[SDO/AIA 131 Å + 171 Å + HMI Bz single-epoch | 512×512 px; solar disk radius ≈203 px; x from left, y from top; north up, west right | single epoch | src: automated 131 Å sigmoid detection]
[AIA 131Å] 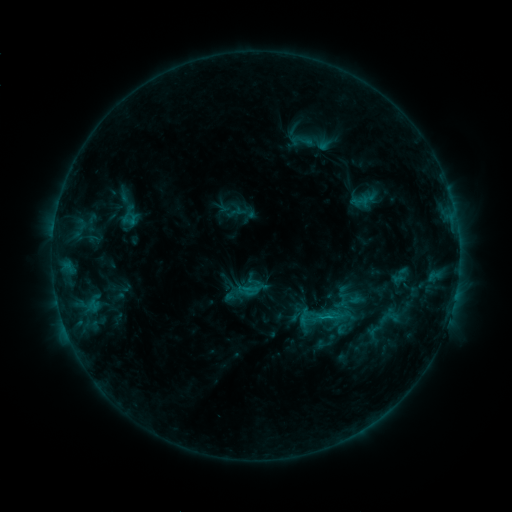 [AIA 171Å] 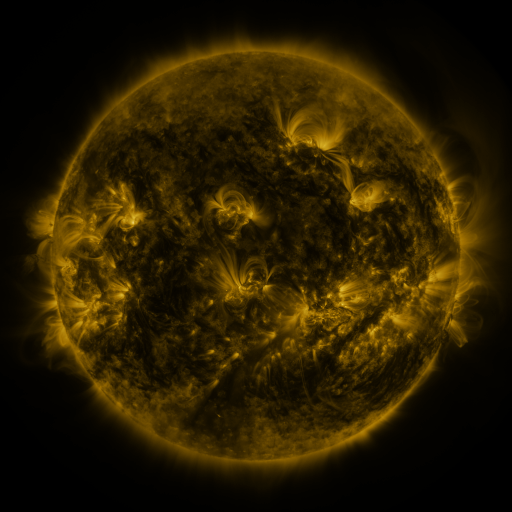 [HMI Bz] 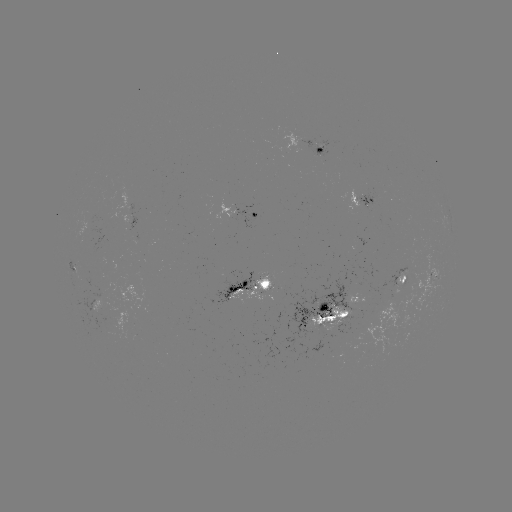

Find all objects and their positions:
sigmoid: (298, 294, 345, 342)
